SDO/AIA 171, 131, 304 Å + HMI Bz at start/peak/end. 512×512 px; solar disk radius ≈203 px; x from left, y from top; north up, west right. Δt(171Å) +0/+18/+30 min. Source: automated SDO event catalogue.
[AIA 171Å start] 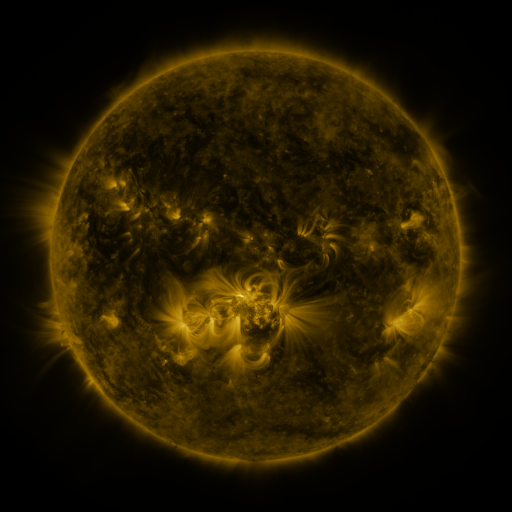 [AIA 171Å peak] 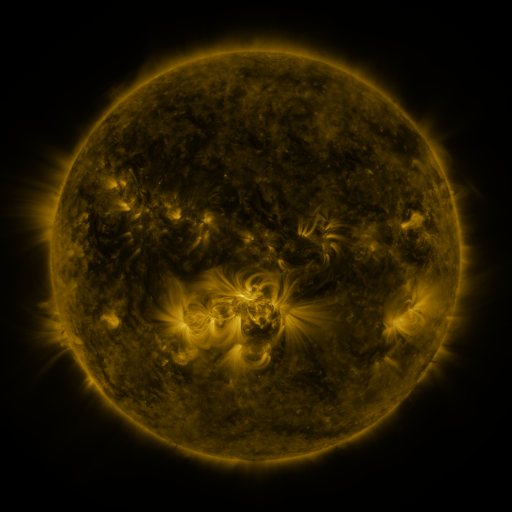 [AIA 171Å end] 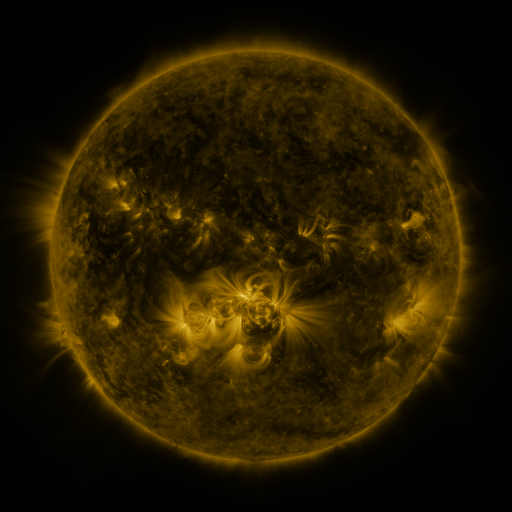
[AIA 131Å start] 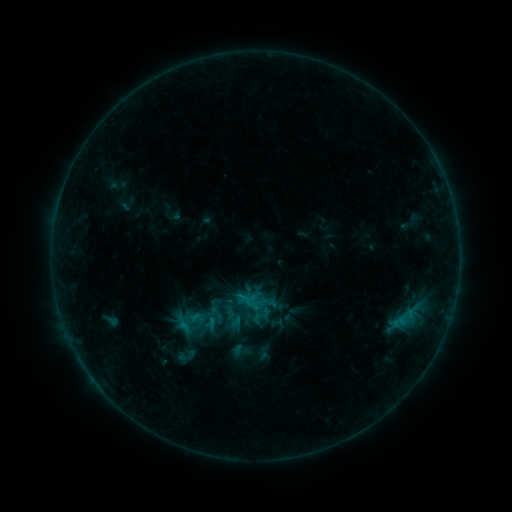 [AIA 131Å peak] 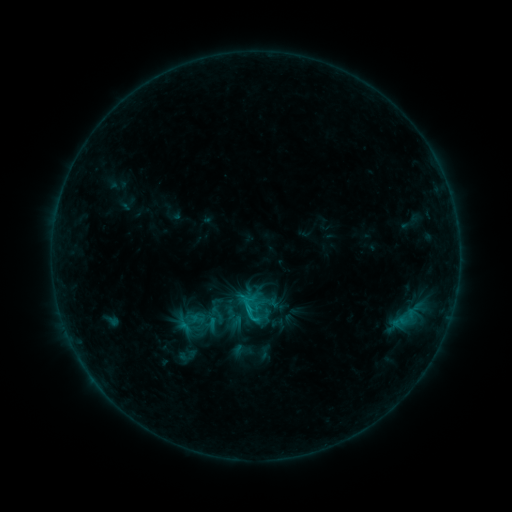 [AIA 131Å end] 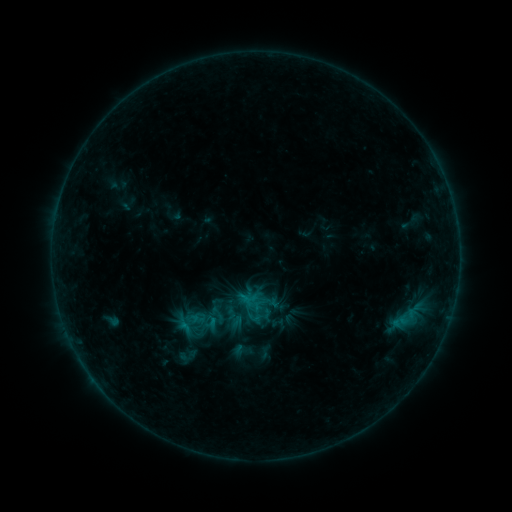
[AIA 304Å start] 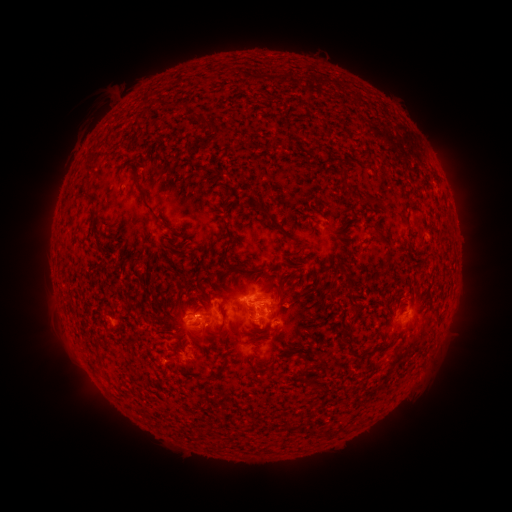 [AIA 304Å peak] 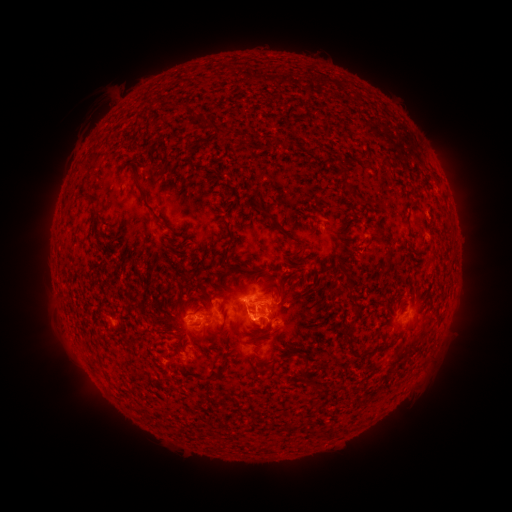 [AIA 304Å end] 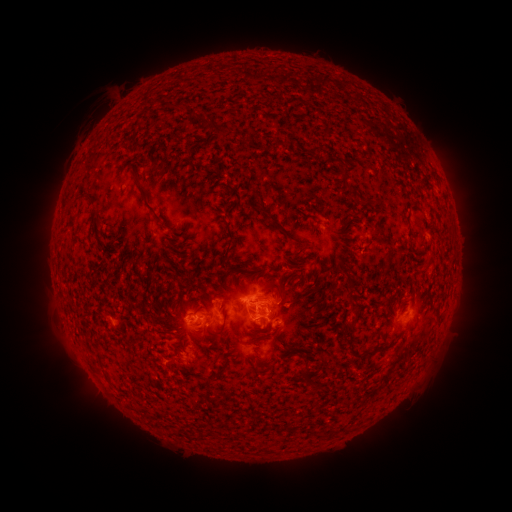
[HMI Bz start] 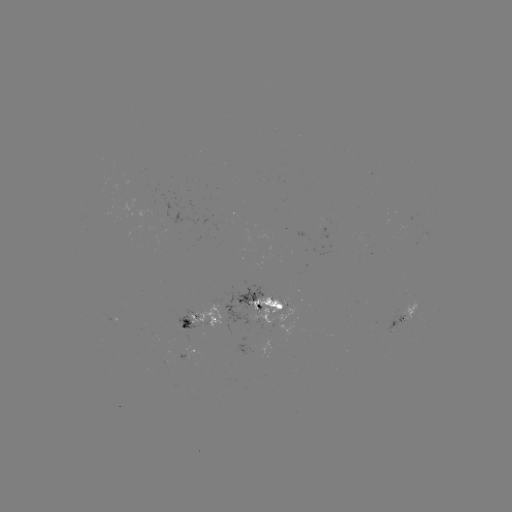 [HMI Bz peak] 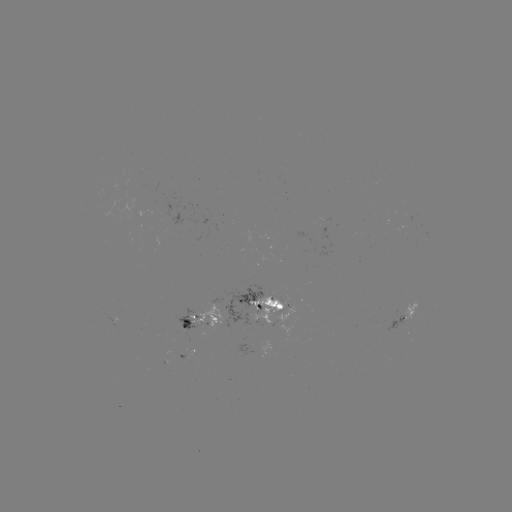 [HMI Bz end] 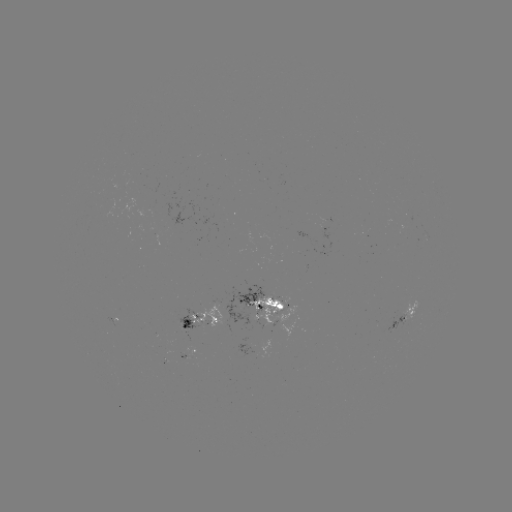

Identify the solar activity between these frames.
B9.6 flare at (252, 310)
